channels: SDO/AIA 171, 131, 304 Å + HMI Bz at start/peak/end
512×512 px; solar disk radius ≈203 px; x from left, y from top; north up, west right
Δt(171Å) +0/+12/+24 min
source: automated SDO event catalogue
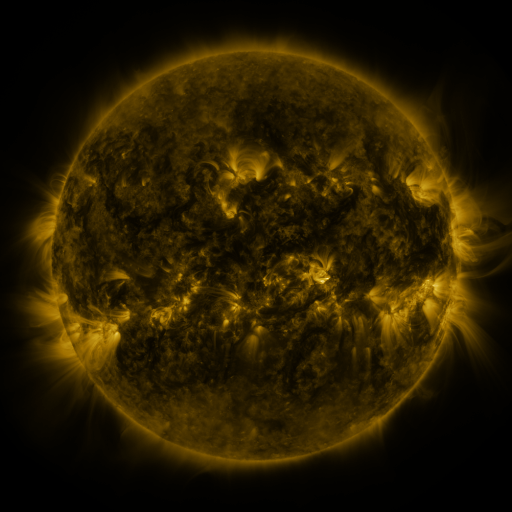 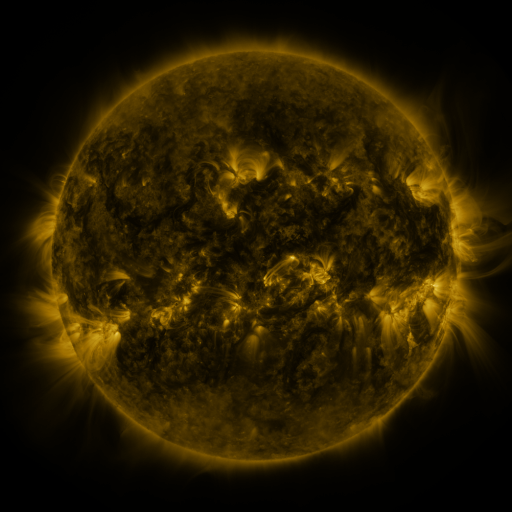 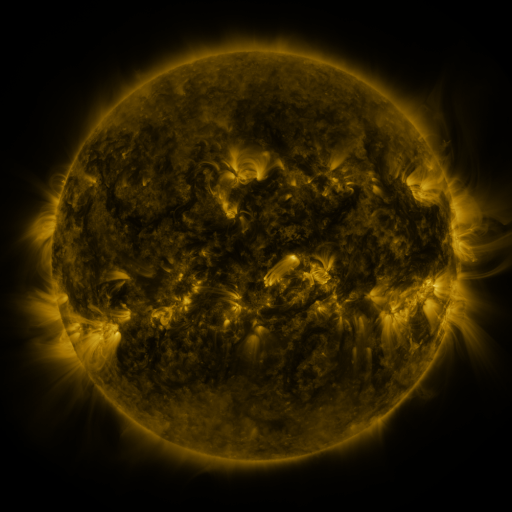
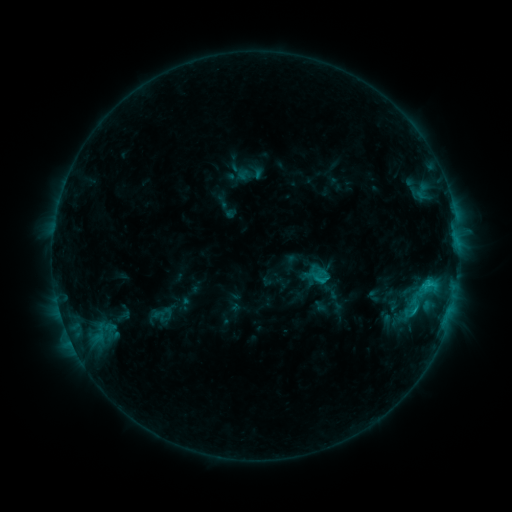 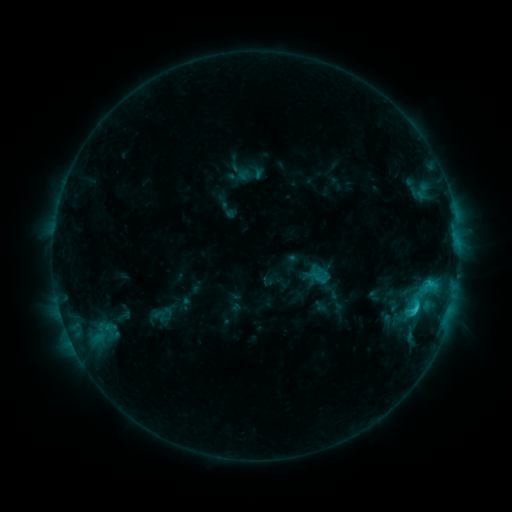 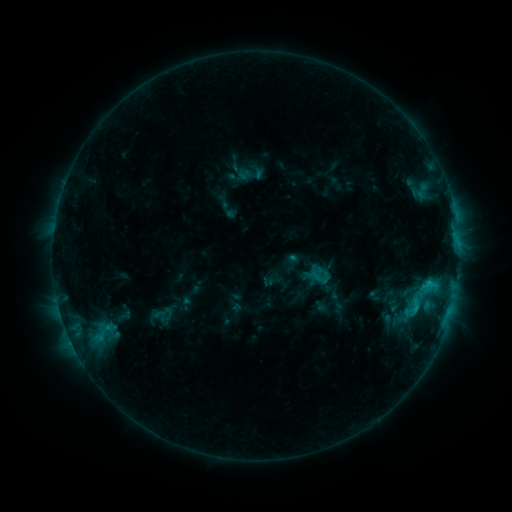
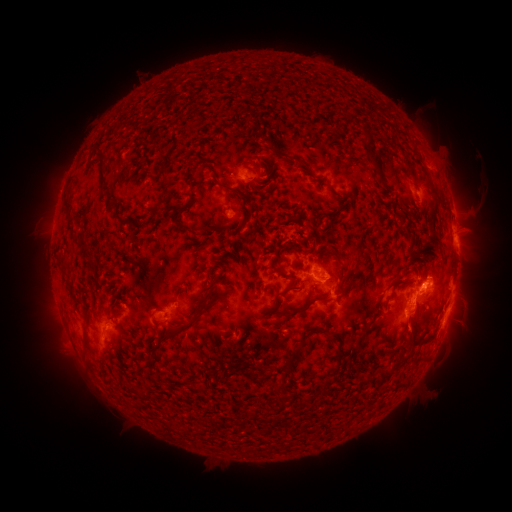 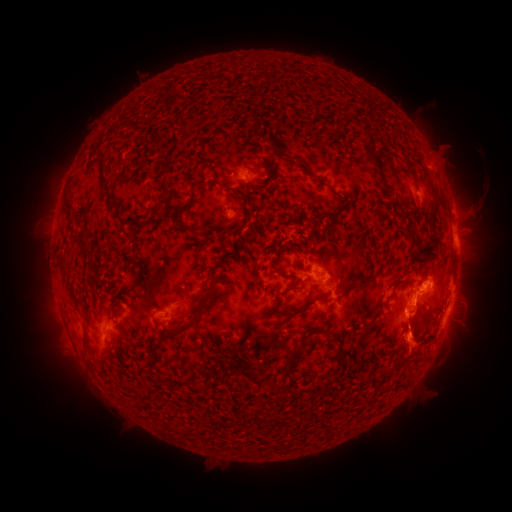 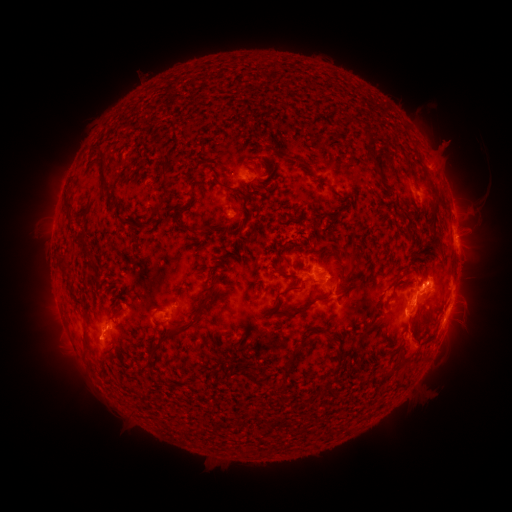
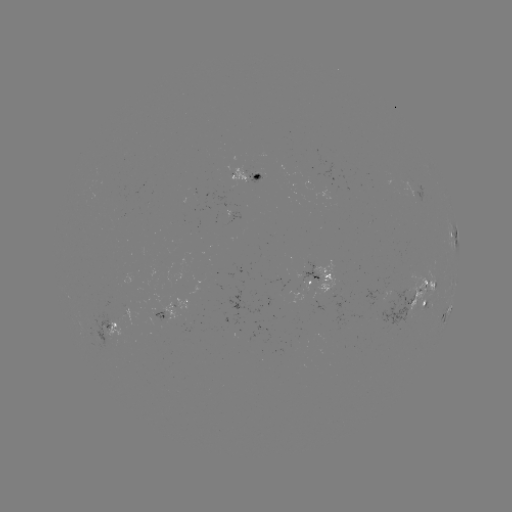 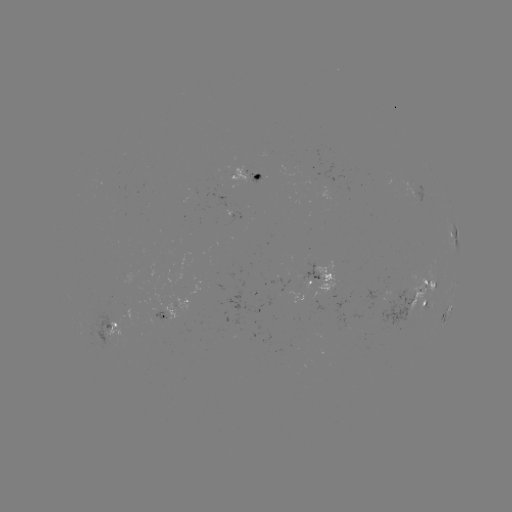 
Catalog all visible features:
C2.3 flare: (415, 305)
